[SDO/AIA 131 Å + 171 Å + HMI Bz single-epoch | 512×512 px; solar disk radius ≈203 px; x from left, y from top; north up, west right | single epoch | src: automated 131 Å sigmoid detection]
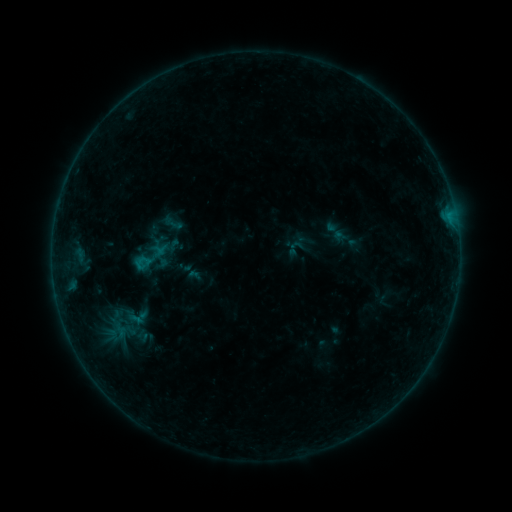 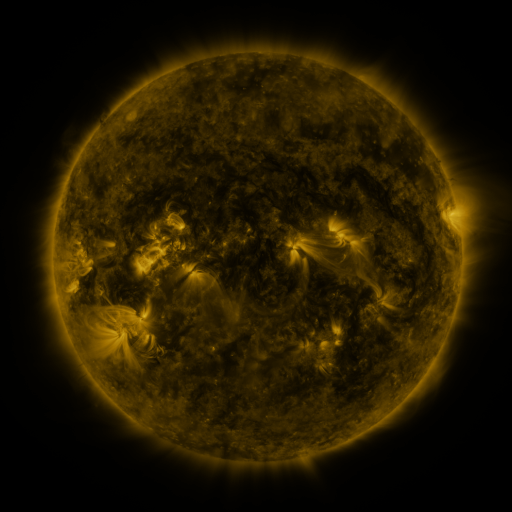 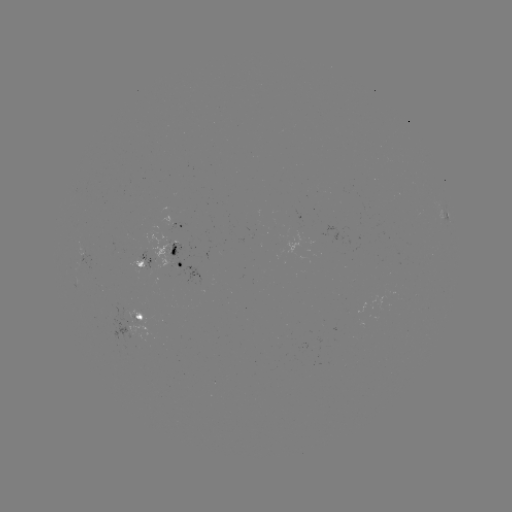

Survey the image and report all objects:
sigmoid: (174, 223)
sigmoid: (295, 249)
